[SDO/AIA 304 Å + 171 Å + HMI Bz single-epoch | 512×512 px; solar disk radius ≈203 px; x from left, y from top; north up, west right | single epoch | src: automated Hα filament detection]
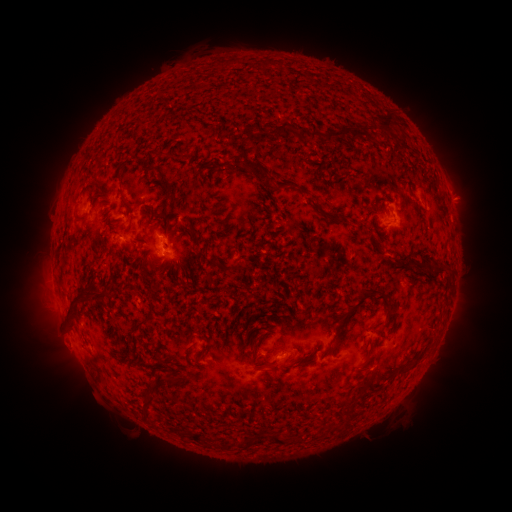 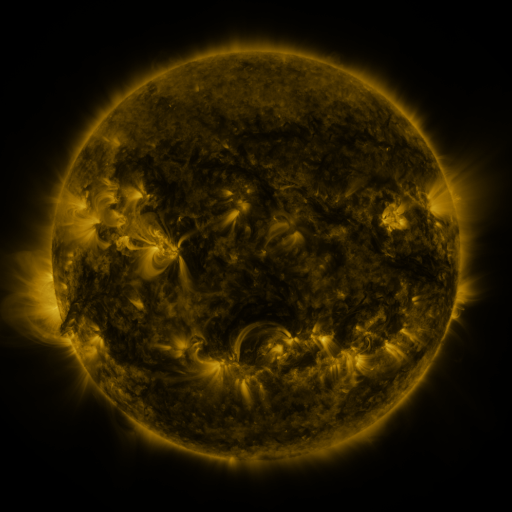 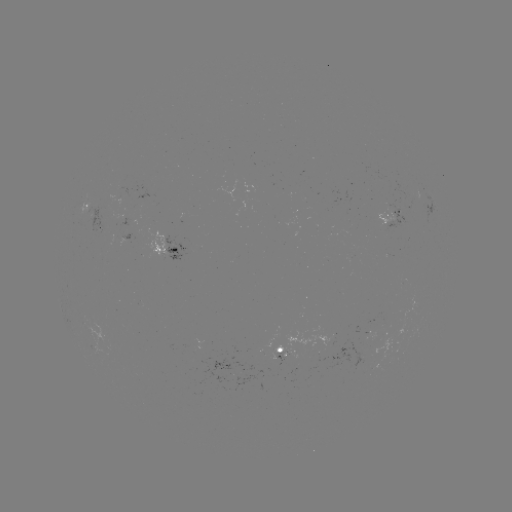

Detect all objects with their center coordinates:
filament: [378, 112, 394, 135]
filament: [275, 122, 289, 135]
filament: [352, 128, 365, 140]
filament: [326, 129, 350, 143]
filament: [164, 151, 179, 160]
filament: [241, 159, 271, 182]
filament: [274, 177, 301, 192]
filament: [407, 184, 418, 201]
filament: [123, 200, 138, 214]
filament: [322, 212, 336, 220]
filament: [210, 256, 219, 267]
filament: [433, 264, 453, 279]
filament: [91, 281, 100, 293]
filament: [65, 287, 86, 318]
filament: [335, 288, 380, 329]
filament: [373, 290, 391, 319]
filament: [251, 358, 279, 367]
filament: [293, 359, 303, 366]
filament: [397, 369, 408, 376]
filament: [355, 384, 368, 393]
filament: [140, 400, 150, 419]
filament: [190, 433, 198, 441]
filament: [270, 435, 282, 445]
